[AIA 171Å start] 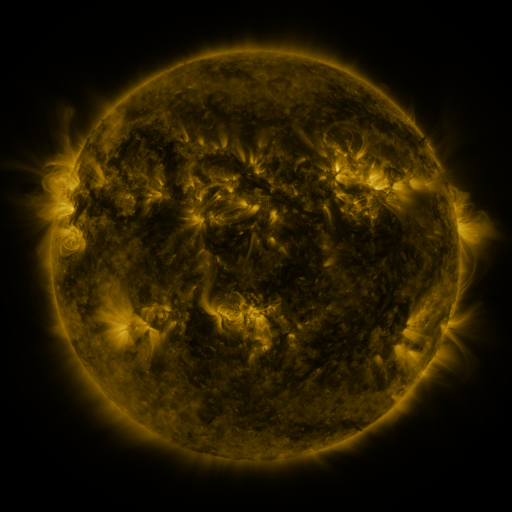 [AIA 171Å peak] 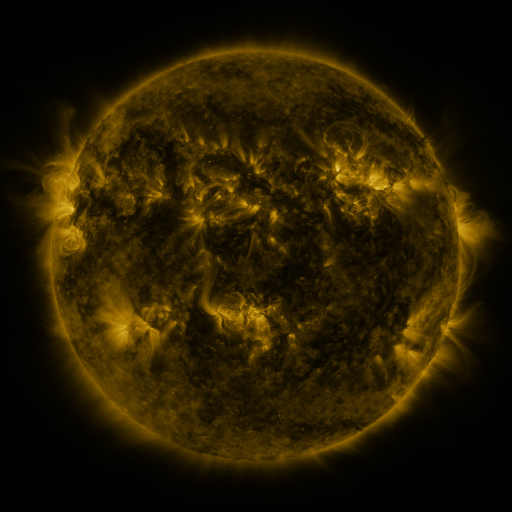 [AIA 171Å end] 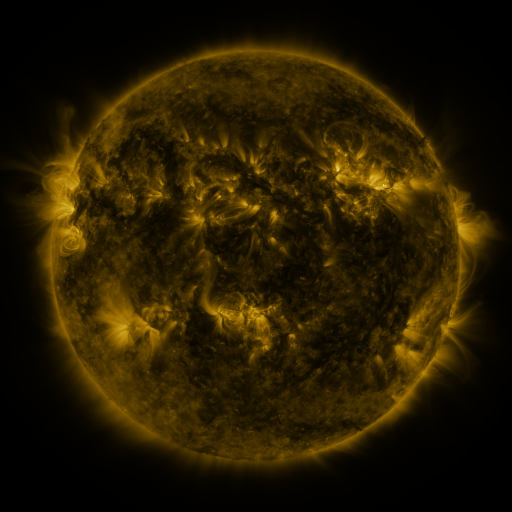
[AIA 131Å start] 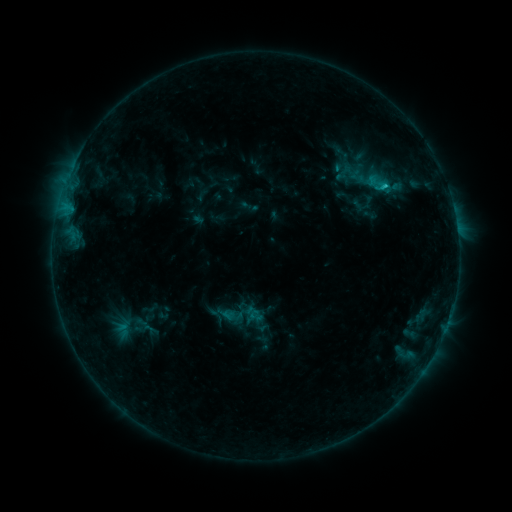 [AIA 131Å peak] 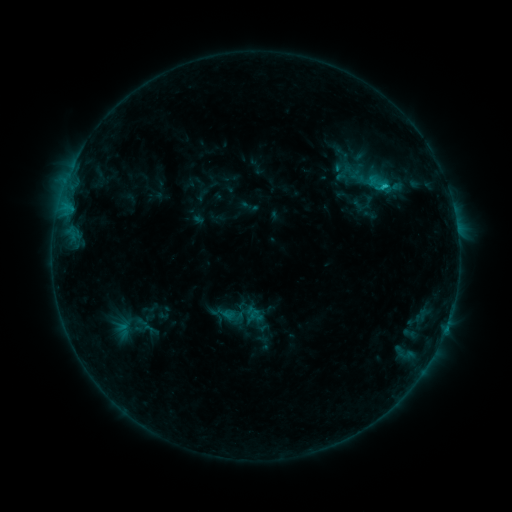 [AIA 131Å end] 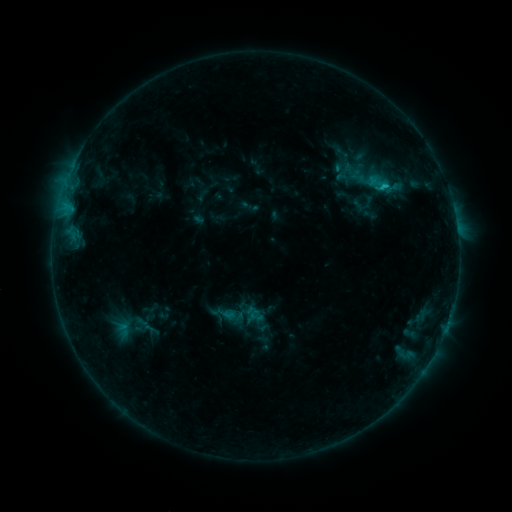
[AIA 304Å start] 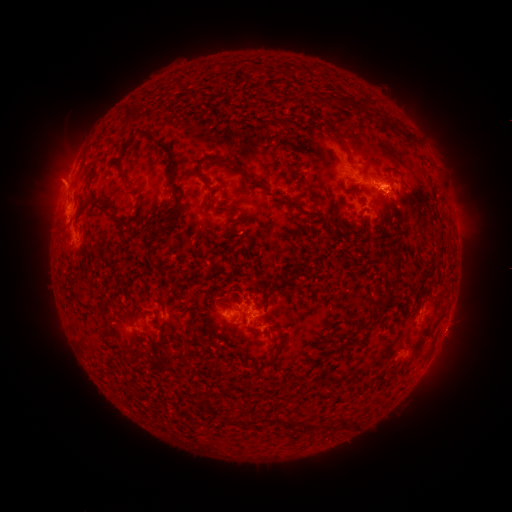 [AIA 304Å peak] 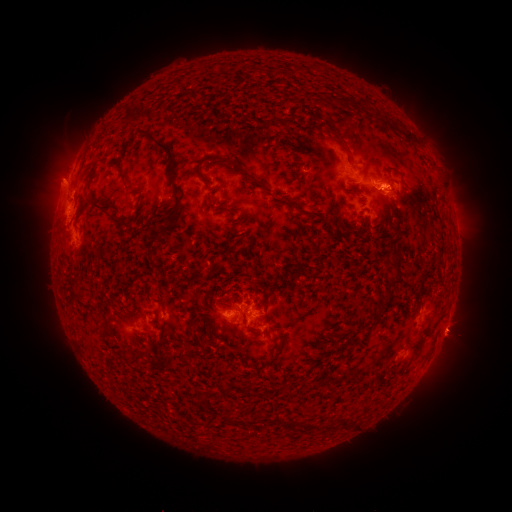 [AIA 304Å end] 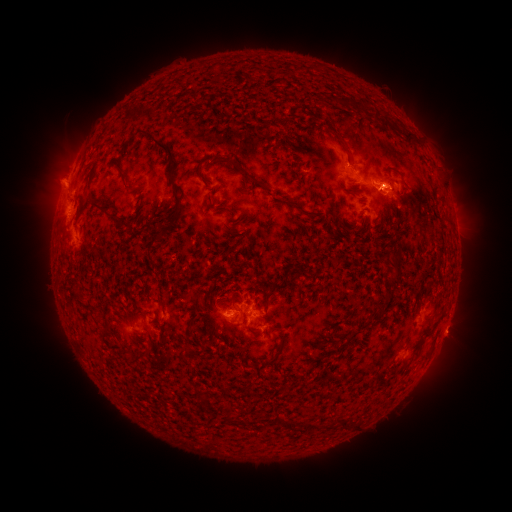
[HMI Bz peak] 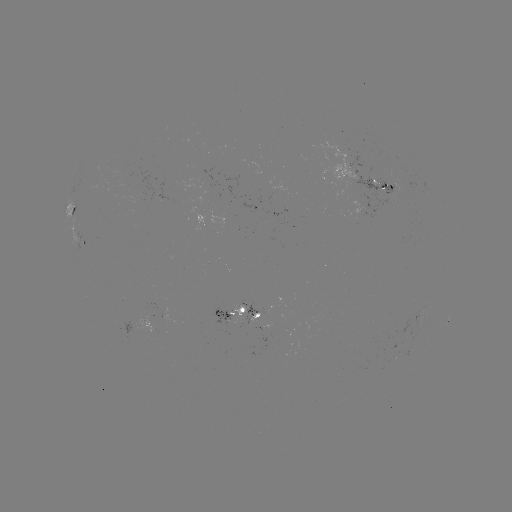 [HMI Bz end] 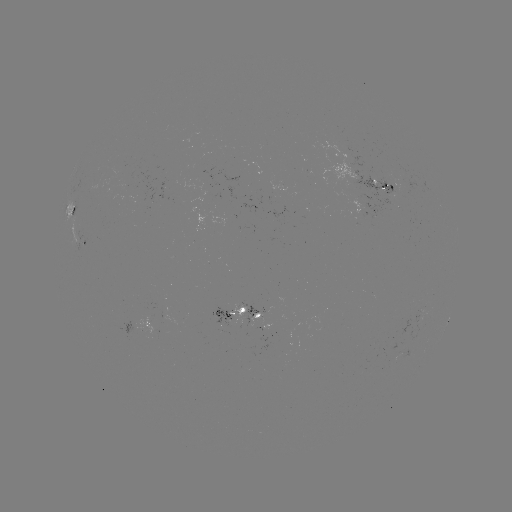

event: eruption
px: (455, 337)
